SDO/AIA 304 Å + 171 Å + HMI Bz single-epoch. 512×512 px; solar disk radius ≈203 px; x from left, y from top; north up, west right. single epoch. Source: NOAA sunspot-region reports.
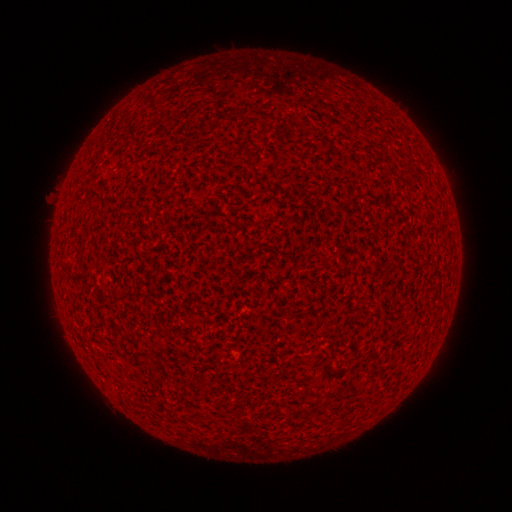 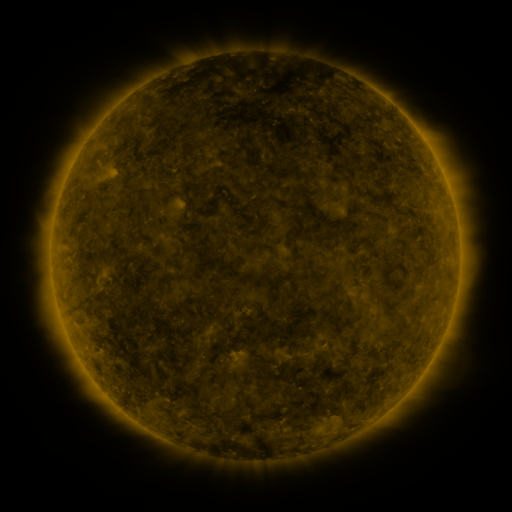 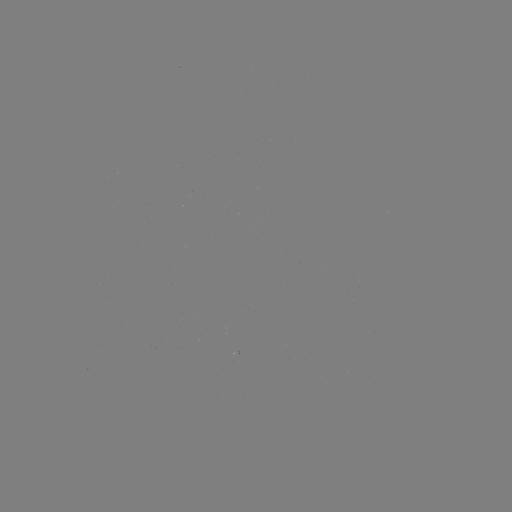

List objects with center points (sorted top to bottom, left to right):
(none)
